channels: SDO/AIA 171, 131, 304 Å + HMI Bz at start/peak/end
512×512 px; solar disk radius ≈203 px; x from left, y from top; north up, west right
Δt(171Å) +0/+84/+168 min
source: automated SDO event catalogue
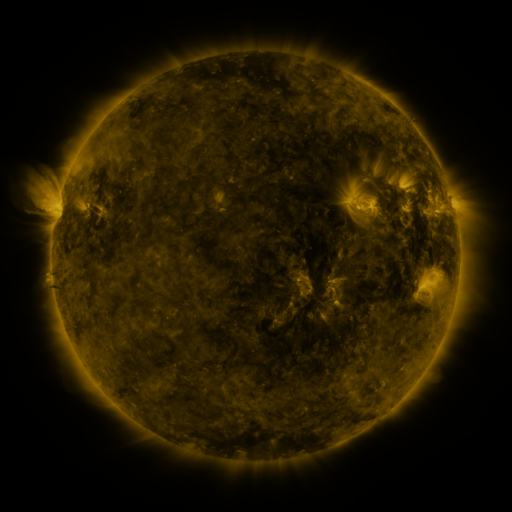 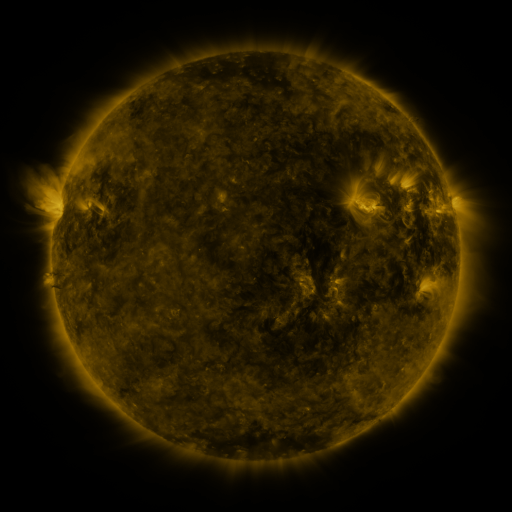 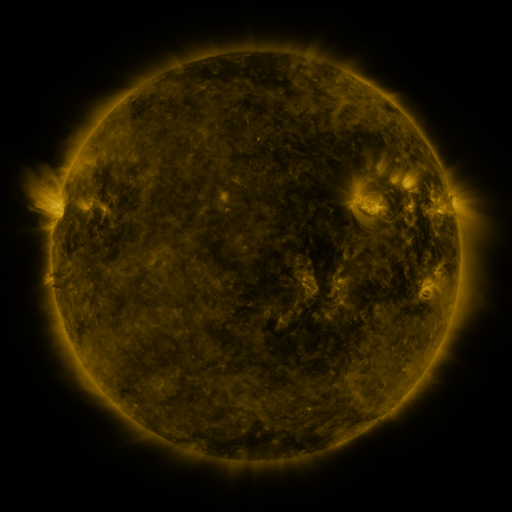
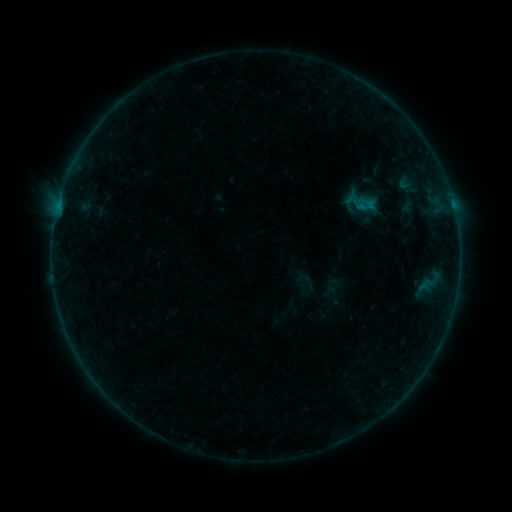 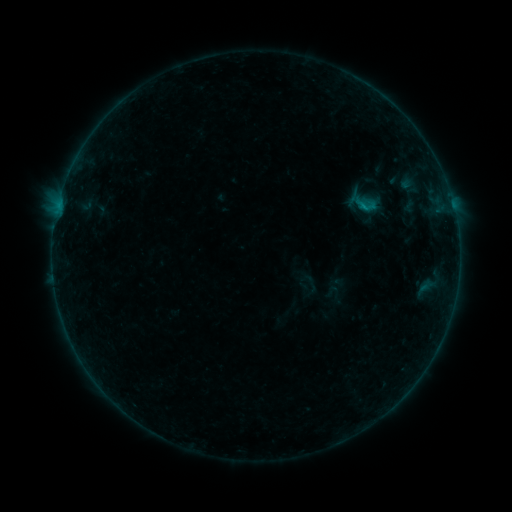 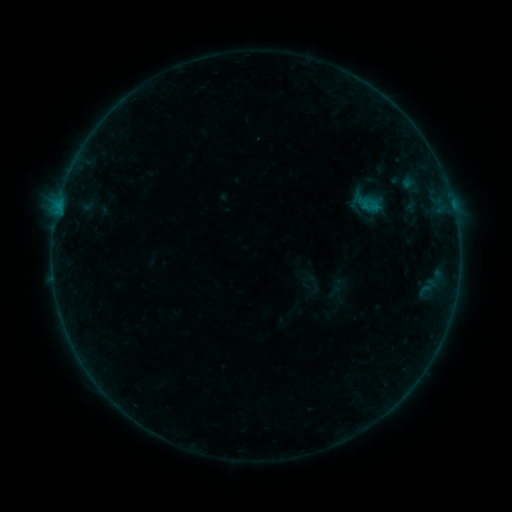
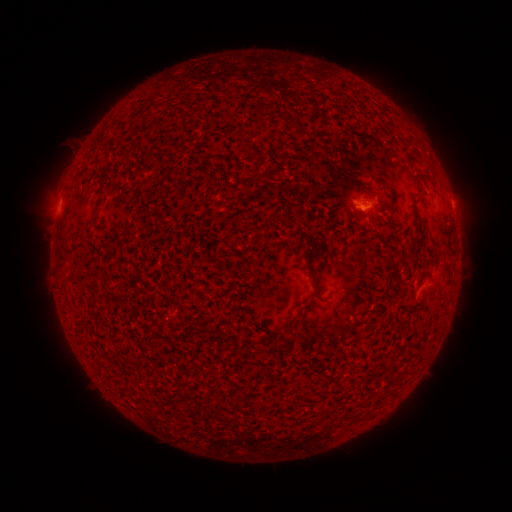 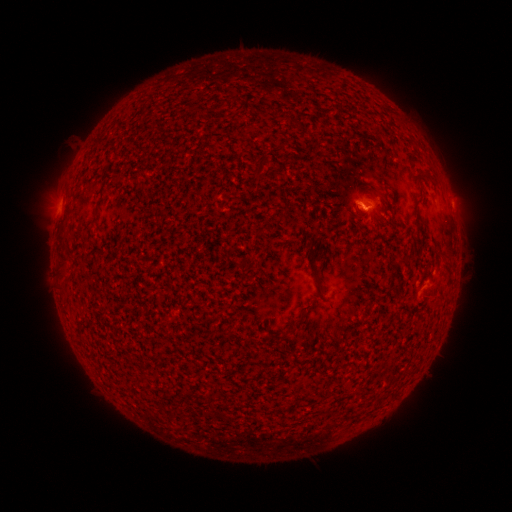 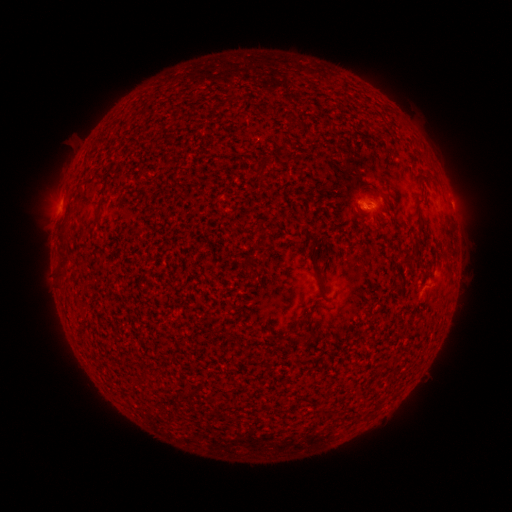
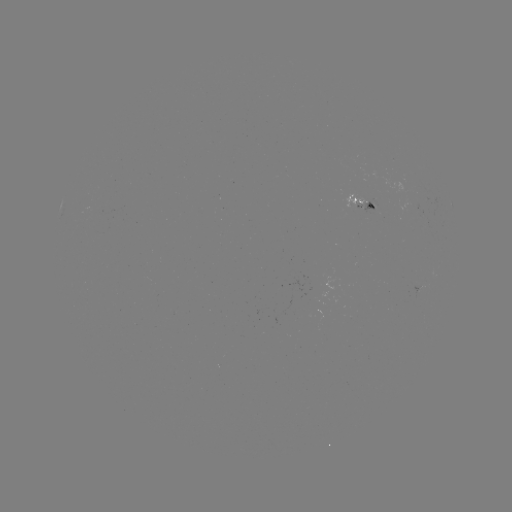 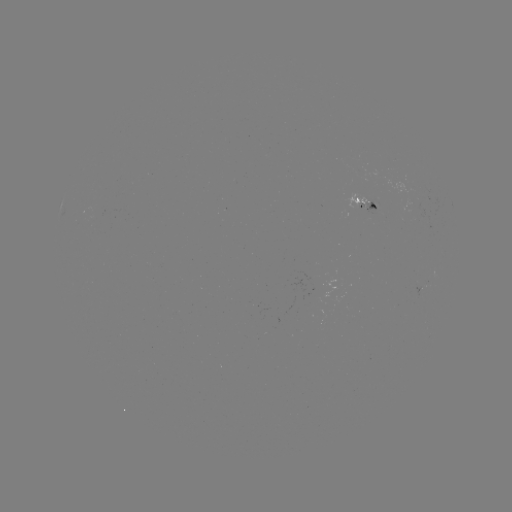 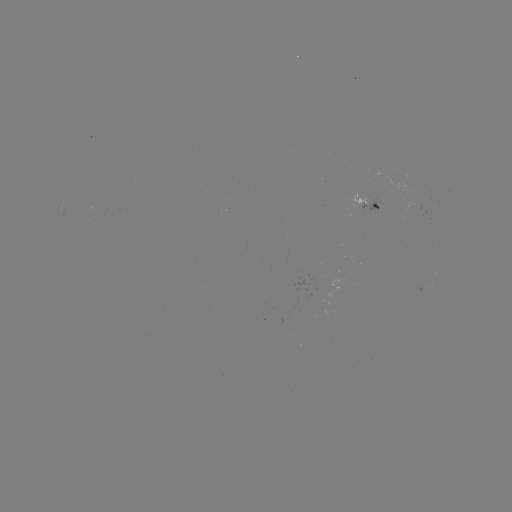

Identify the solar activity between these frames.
filament eruption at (416, 272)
